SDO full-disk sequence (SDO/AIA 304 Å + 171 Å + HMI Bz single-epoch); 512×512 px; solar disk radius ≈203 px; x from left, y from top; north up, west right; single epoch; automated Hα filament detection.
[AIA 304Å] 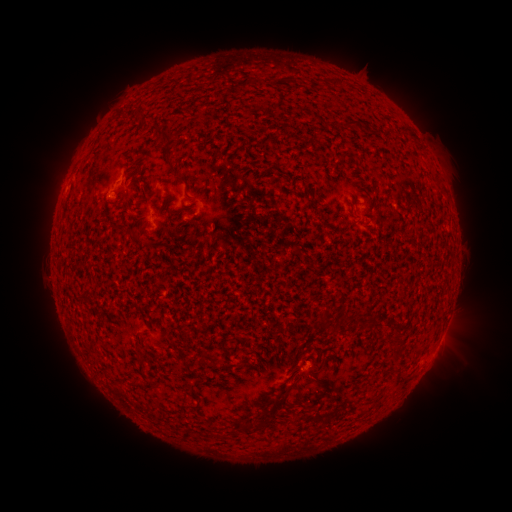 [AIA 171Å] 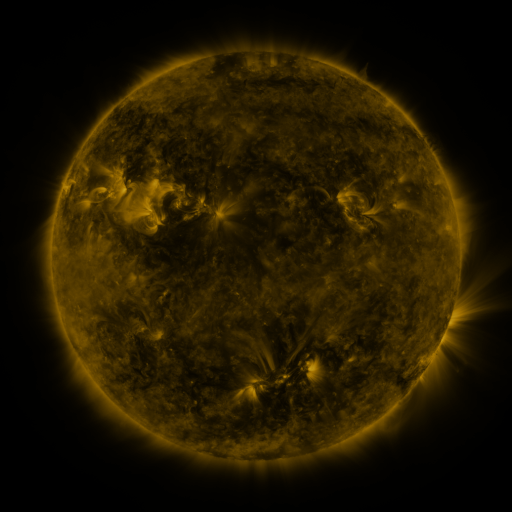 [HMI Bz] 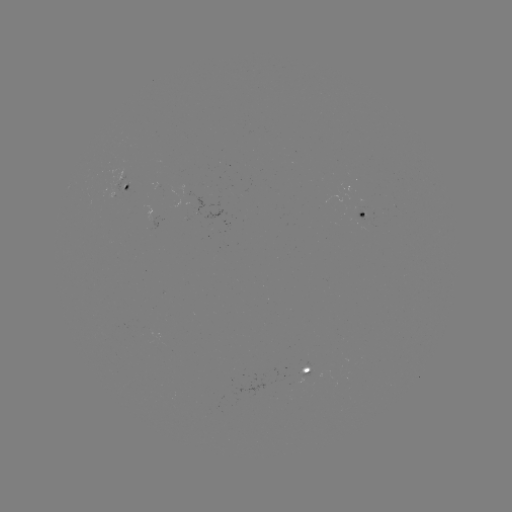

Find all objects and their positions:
filament: (247, 82)
filament: (353, 124)
filament: (165, 133)
filament: (170, 161)
filament: (134, 232)
filament: (395, 339)
filament: (138, 357)
filament: (207, 358)
filament: (246, 364)
filament: (283, 390)
